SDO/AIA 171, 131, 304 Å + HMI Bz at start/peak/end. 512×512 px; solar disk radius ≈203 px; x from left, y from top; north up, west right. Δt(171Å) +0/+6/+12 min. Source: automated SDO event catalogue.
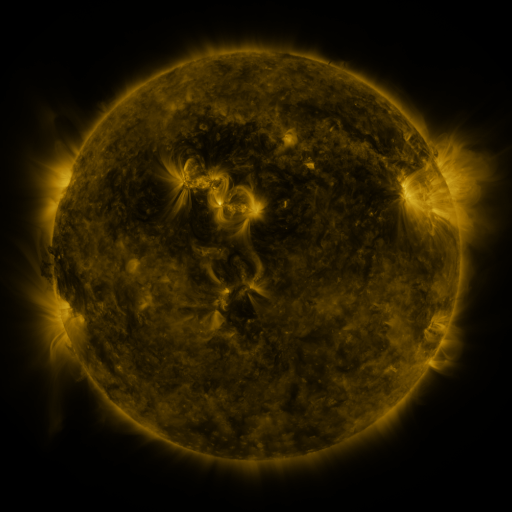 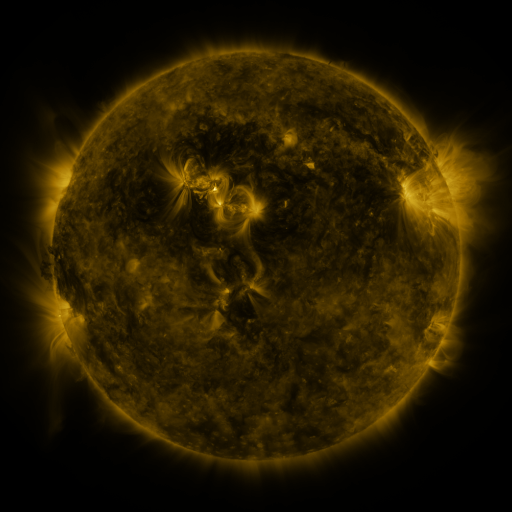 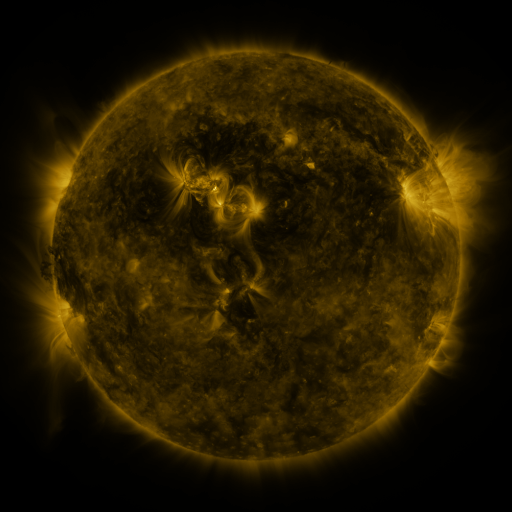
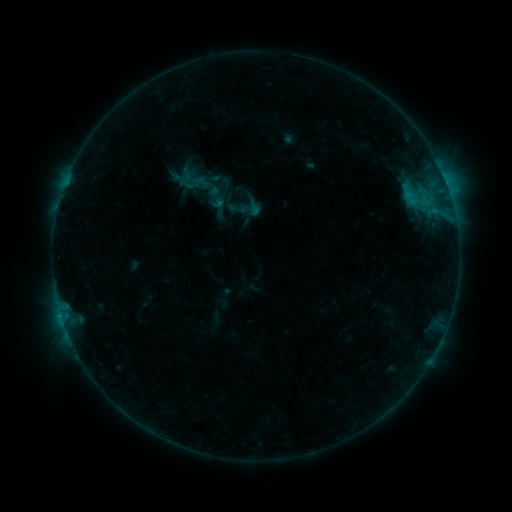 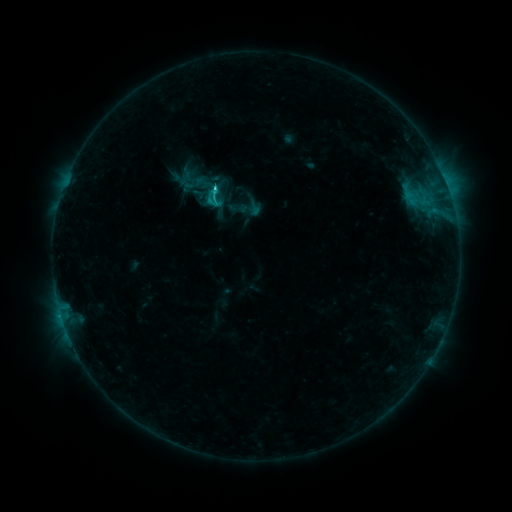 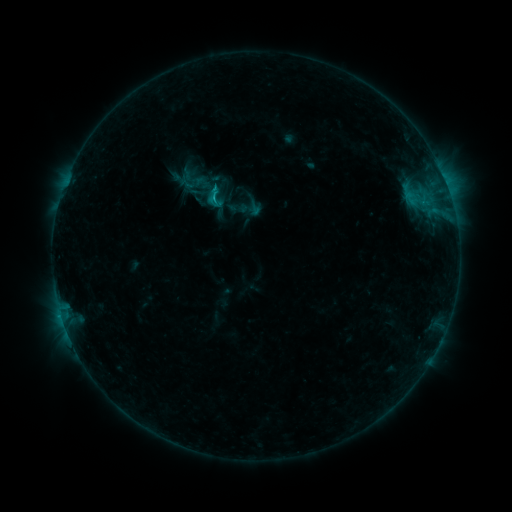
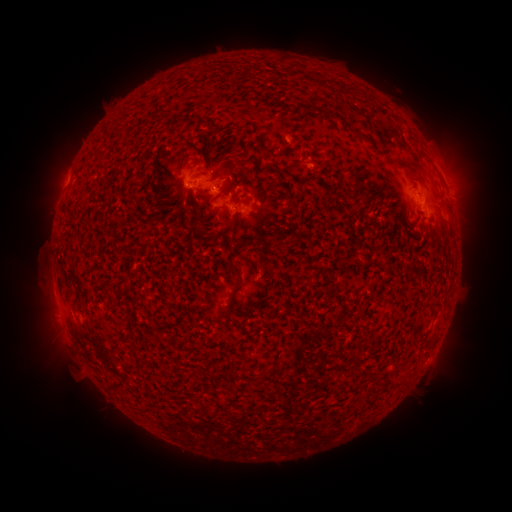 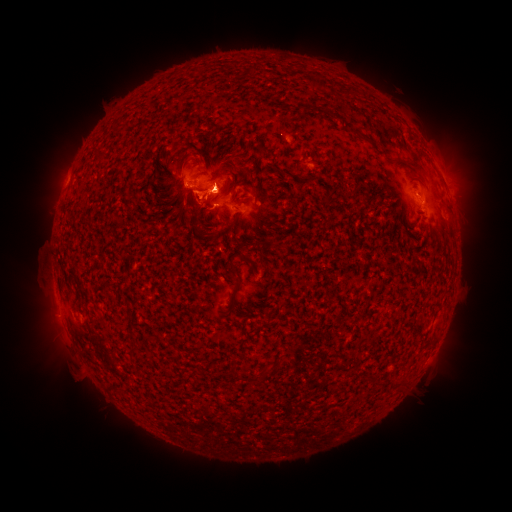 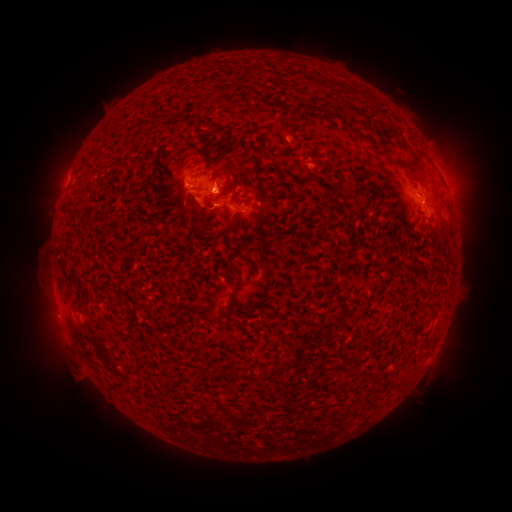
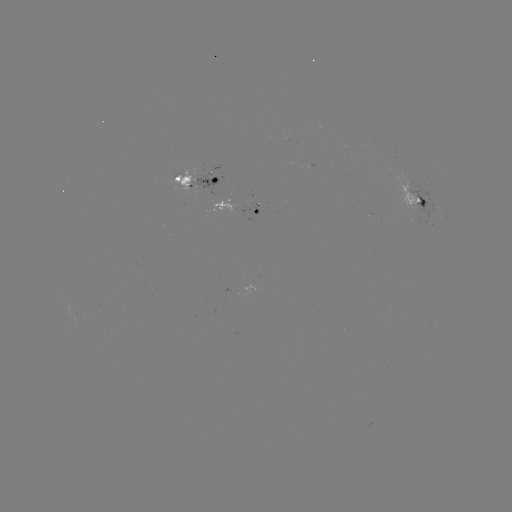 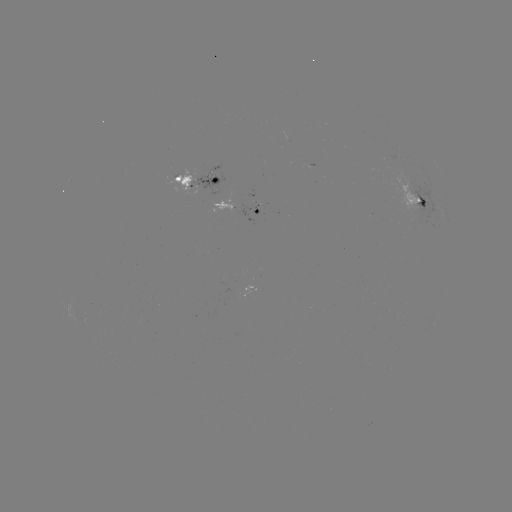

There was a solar eruption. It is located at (202, 191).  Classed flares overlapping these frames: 1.